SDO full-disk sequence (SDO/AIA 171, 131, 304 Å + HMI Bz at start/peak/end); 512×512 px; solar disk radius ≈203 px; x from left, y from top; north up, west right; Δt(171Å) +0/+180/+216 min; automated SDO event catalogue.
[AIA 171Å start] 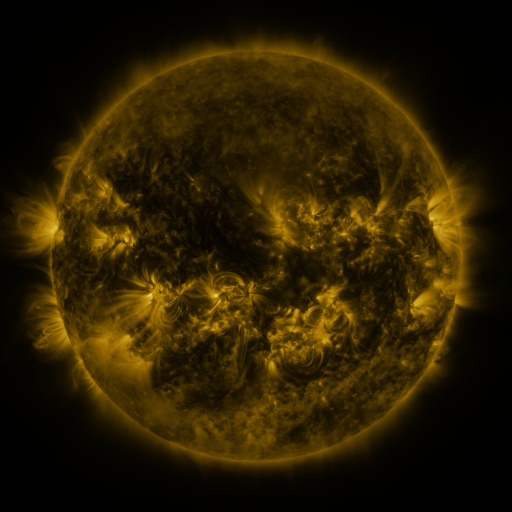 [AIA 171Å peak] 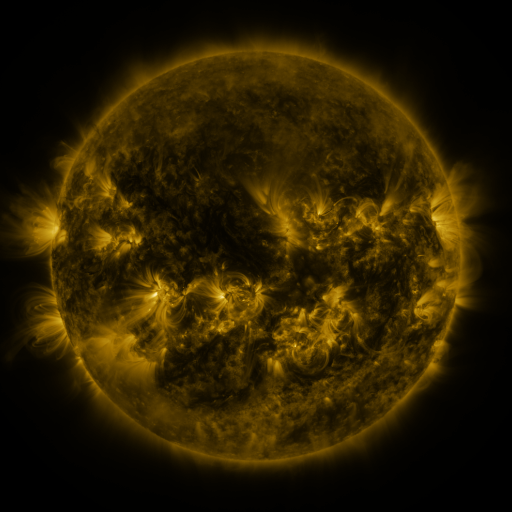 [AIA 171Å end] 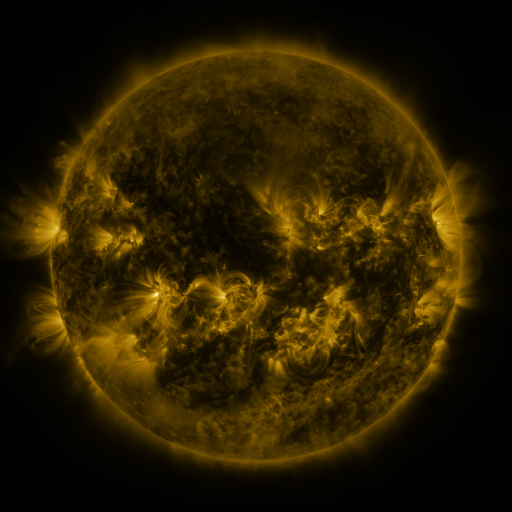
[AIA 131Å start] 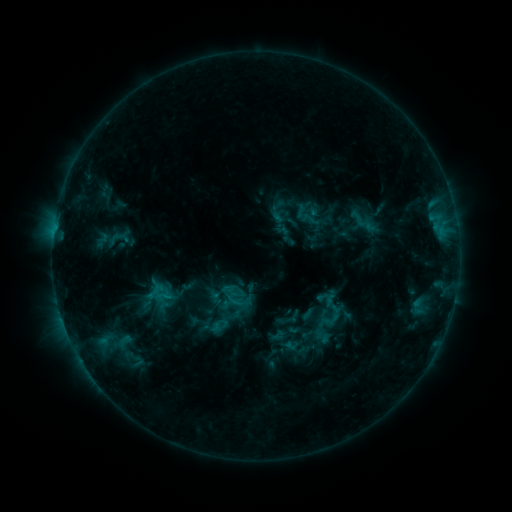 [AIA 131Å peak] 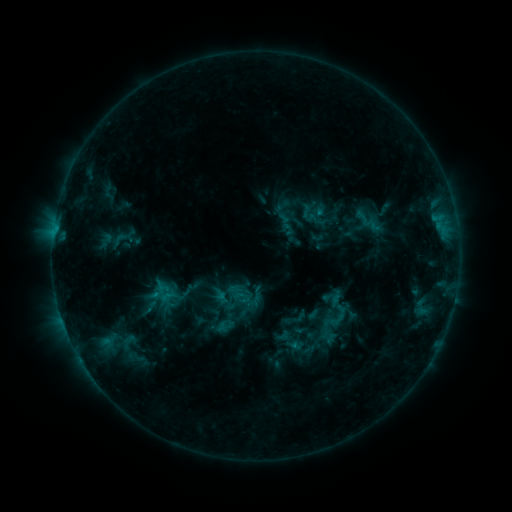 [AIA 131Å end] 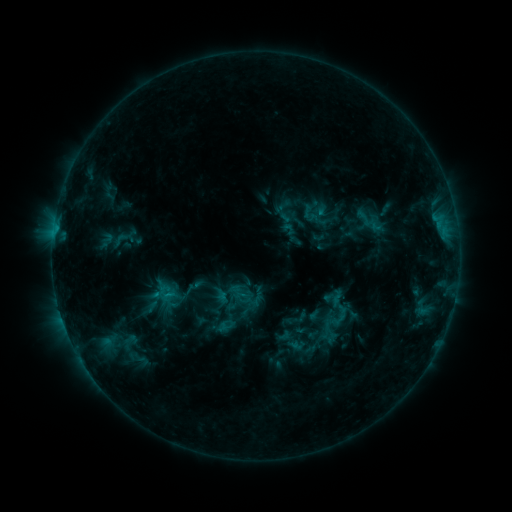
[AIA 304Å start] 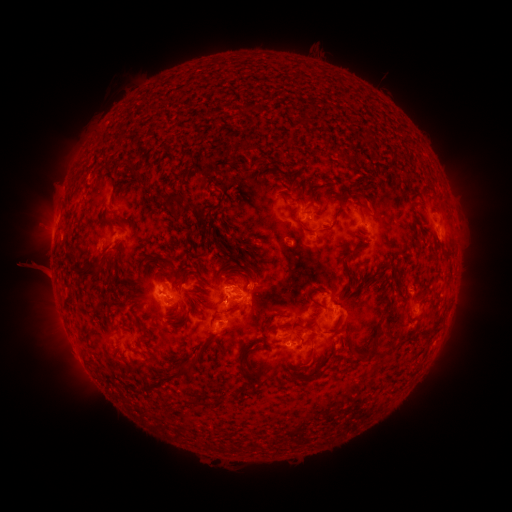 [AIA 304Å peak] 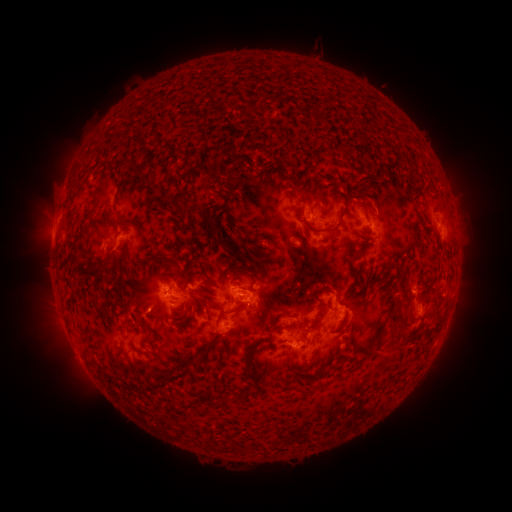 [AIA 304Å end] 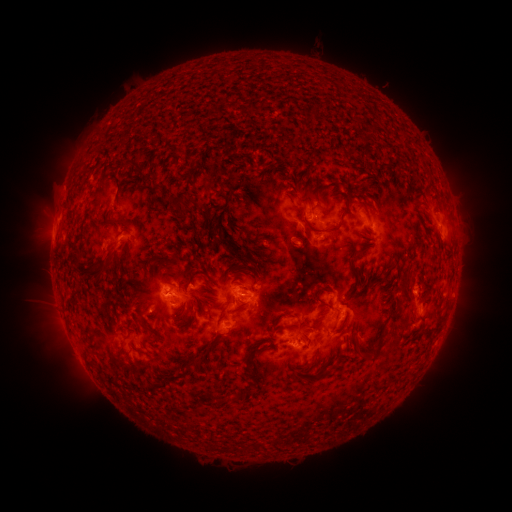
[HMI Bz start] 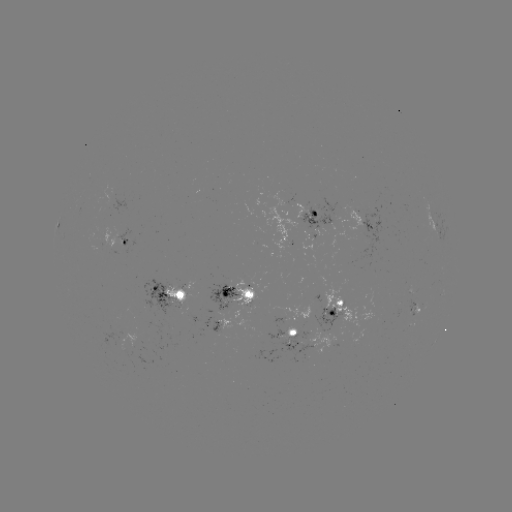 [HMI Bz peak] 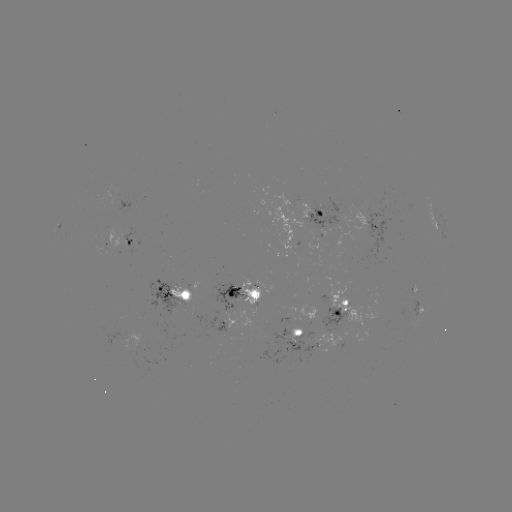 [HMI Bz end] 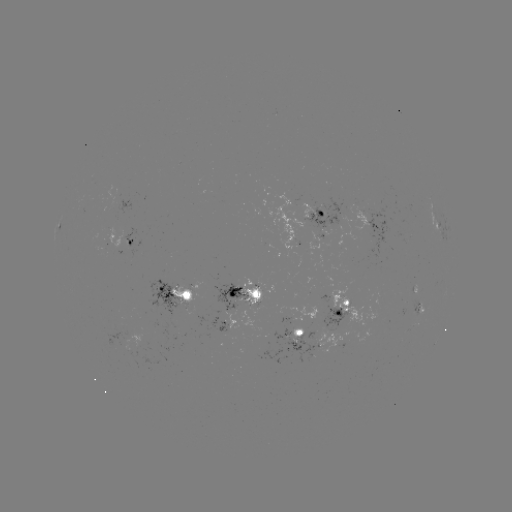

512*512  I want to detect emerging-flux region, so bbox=[237, 280, 264, 304].